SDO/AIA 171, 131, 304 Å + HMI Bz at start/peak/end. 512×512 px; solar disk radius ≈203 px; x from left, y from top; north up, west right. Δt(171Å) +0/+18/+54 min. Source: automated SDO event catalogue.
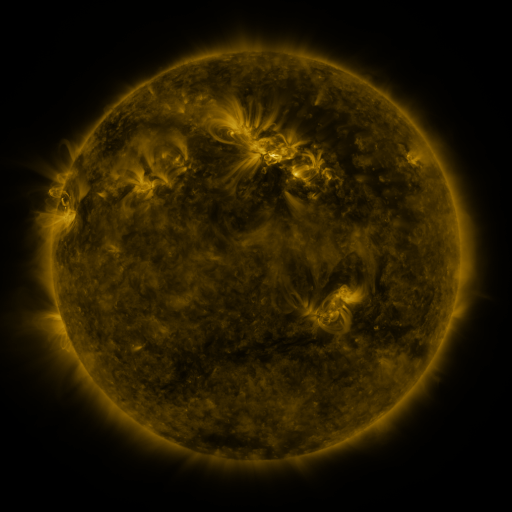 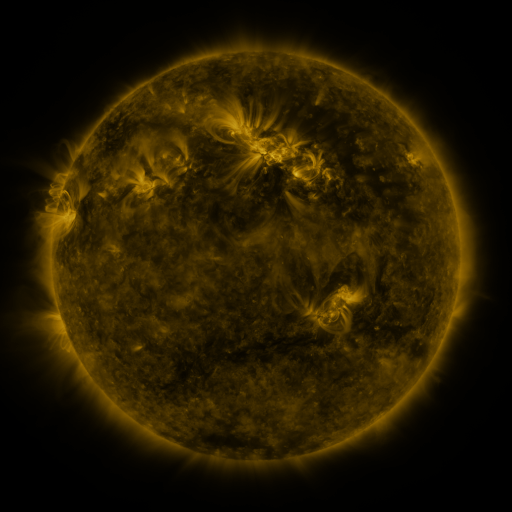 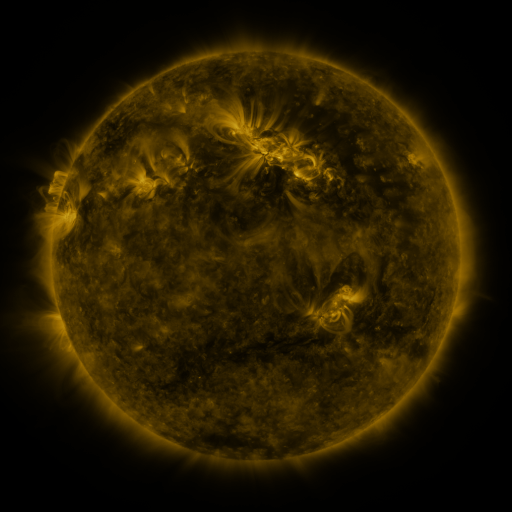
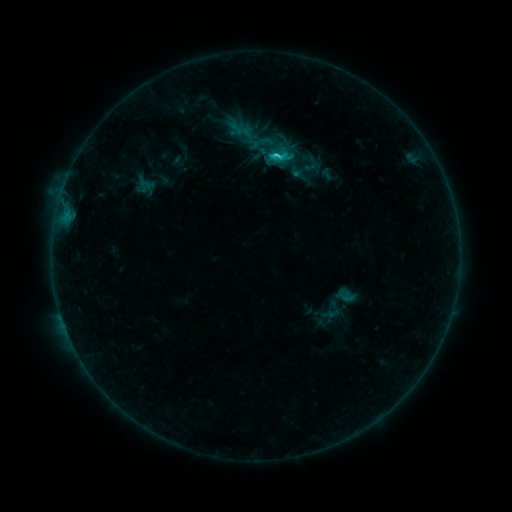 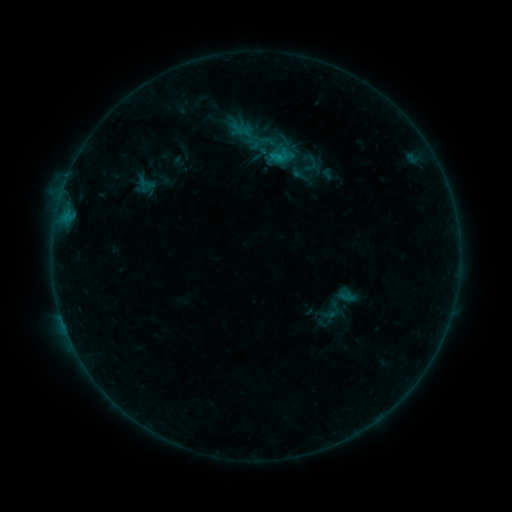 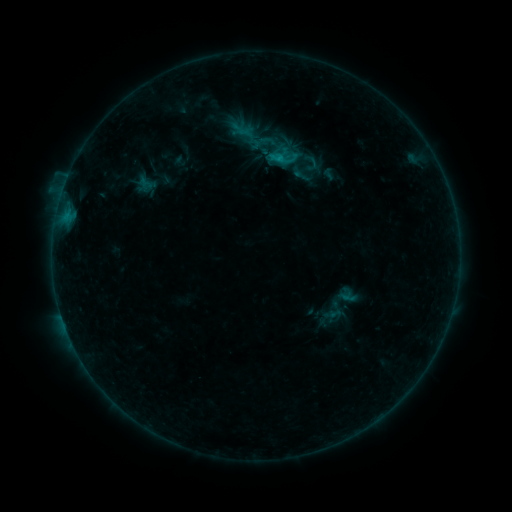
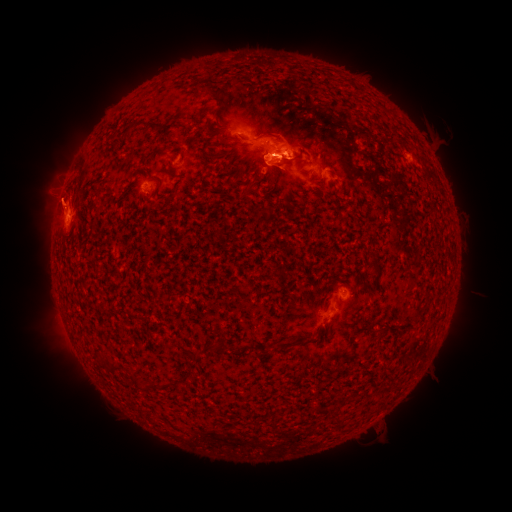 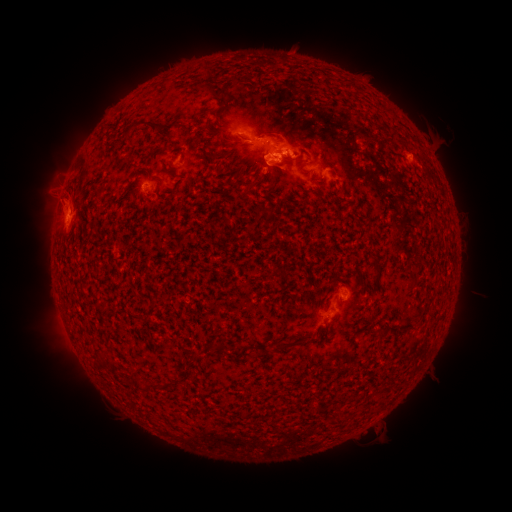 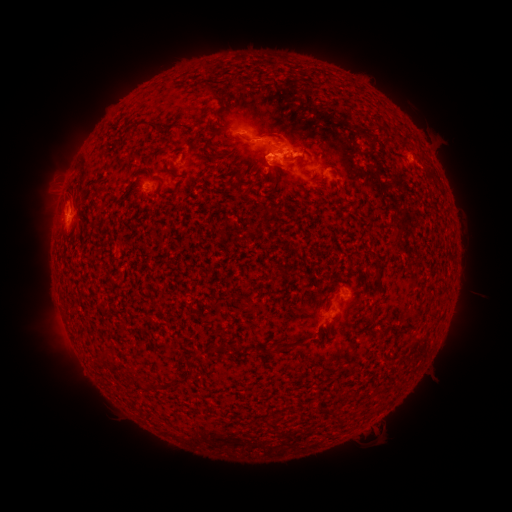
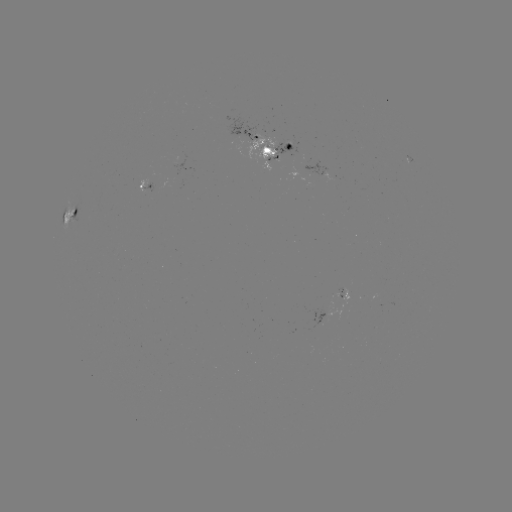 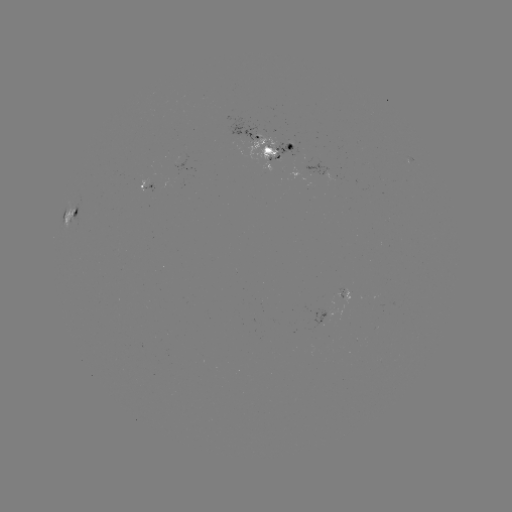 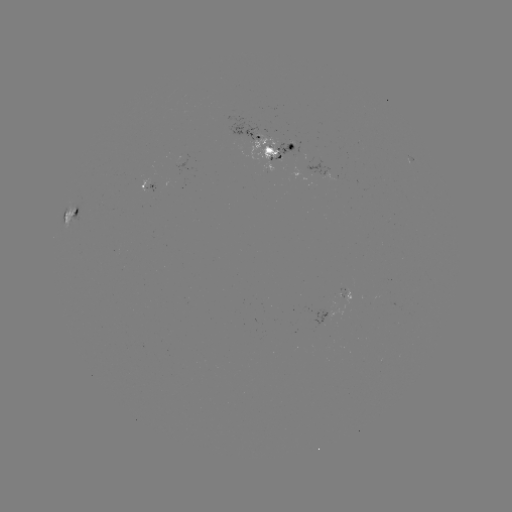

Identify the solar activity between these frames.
emerging-flux region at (278, 146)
